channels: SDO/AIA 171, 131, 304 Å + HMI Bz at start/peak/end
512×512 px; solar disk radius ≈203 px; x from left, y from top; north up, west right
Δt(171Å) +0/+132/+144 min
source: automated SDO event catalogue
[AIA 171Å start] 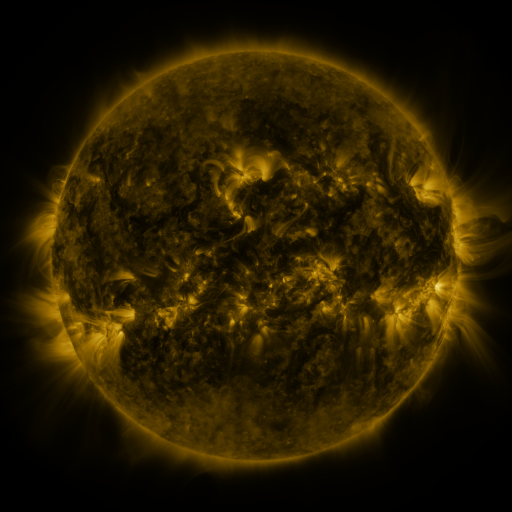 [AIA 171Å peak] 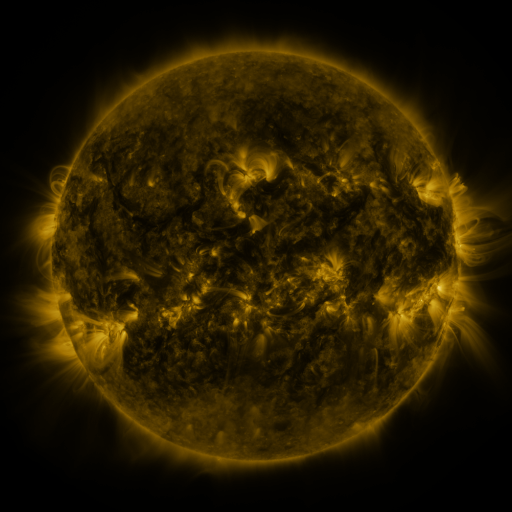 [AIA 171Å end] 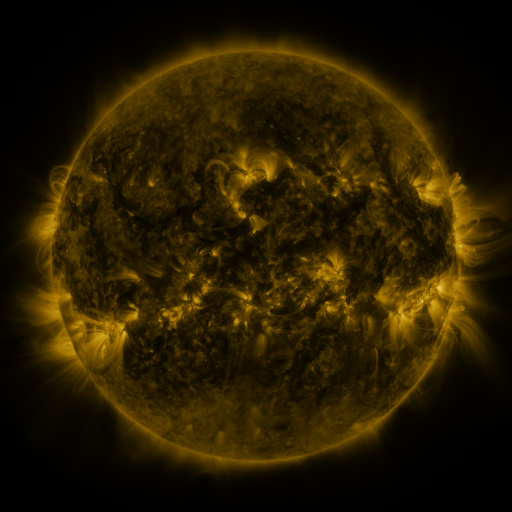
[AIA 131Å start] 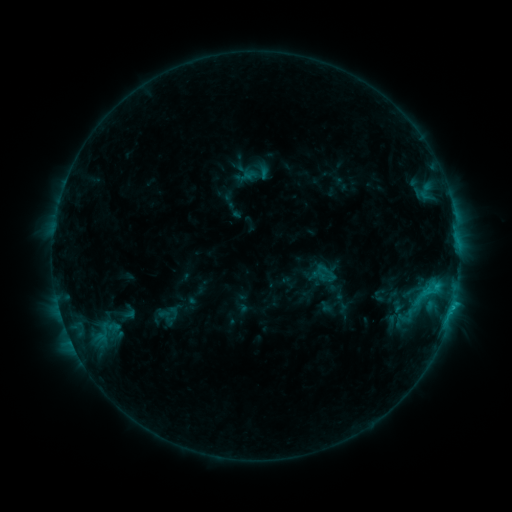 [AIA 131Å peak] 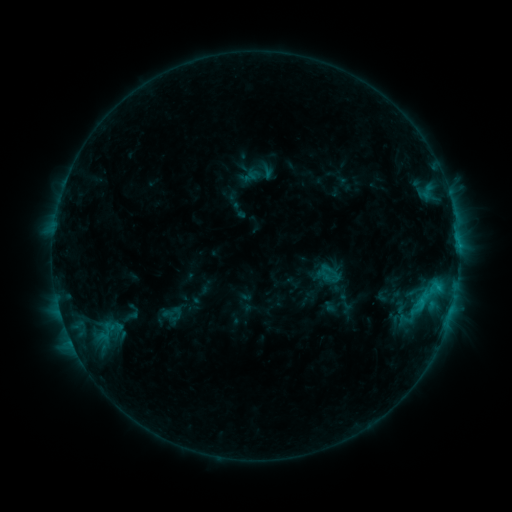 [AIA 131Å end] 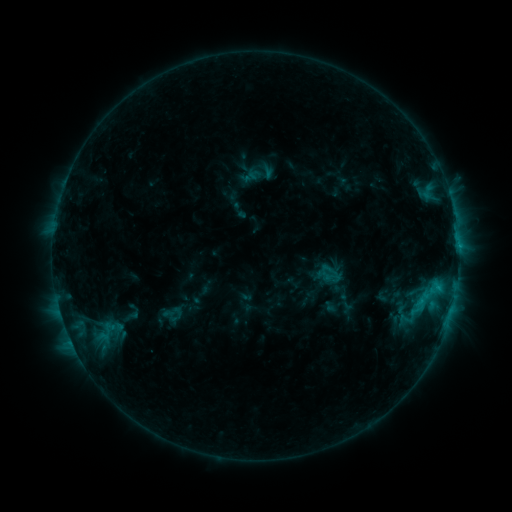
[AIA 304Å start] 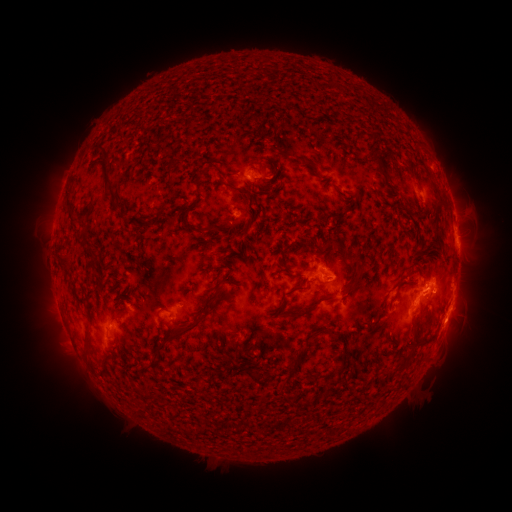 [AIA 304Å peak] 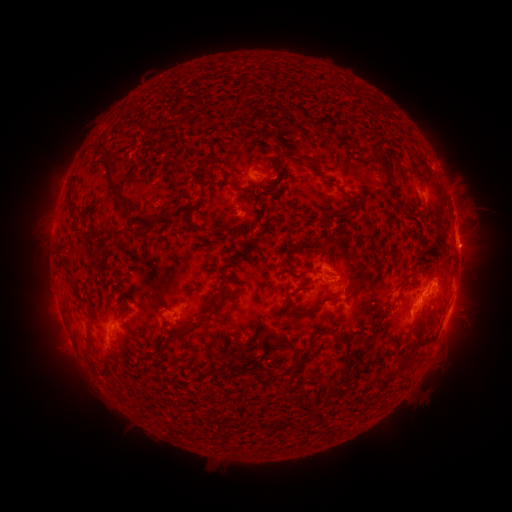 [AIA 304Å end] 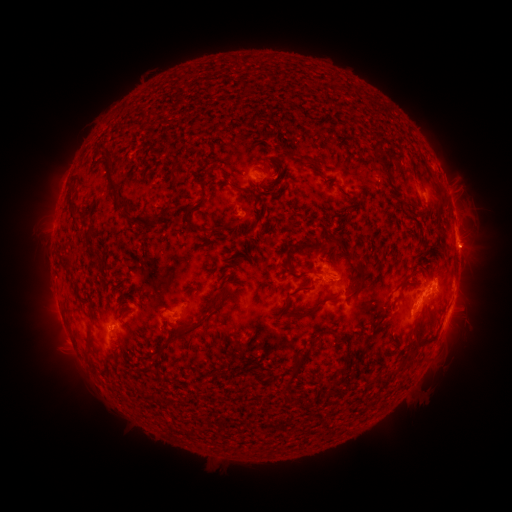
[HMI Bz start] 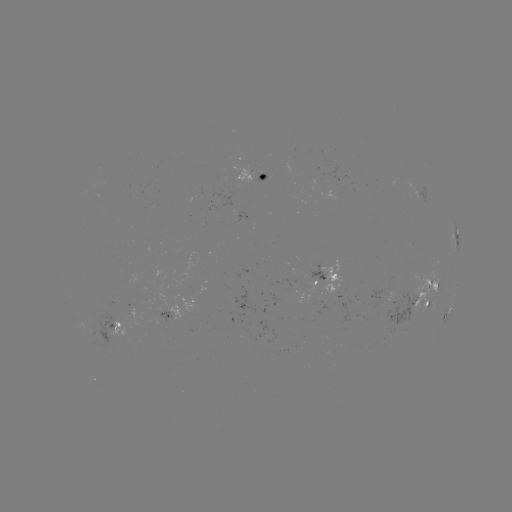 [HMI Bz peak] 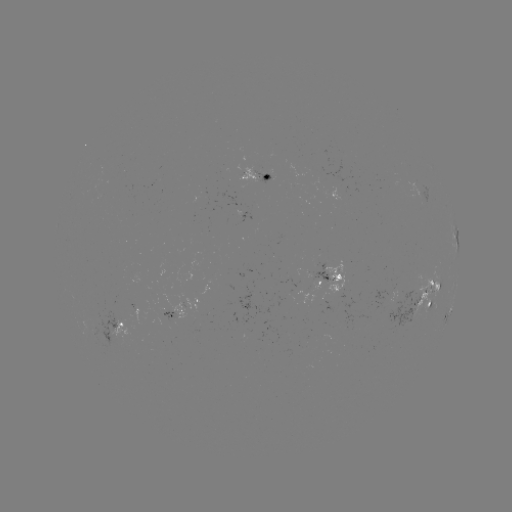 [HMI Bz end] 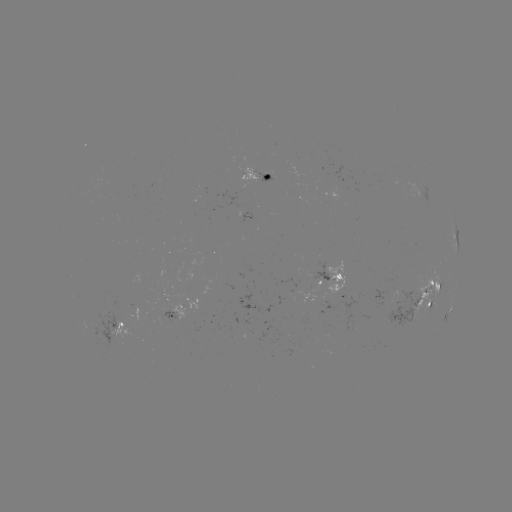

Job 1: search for emerging-flux region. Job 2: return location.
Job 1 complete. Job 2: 410,314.